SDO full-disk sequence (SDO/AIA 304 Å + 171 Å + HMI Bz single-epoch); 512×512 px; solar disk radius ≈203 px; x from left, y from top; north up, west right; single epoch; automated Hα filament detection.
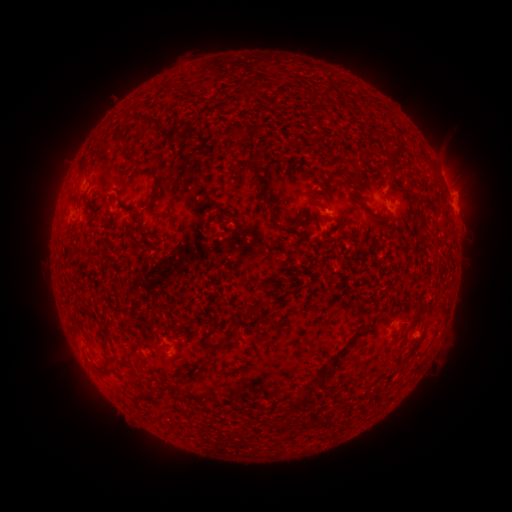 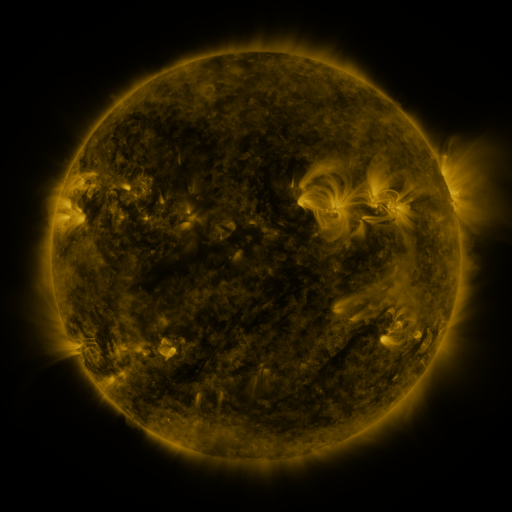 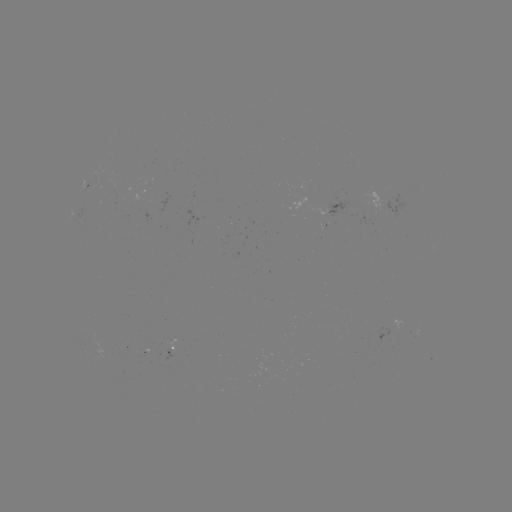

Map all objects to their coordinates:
filament: (139, 113, 162, 124)
filament: (115, 130, 130, 145)
filament: (245, 148, 266, 160)
filament: (249, 159, 294, 228)
filament: (387, 162, 395, 172)
filament: (127, 177, 162, 213)
filament: (352, 178, 363, 190)
filament: (413, 209, 426, 233)
filament: (345, 219, 357, 228)
filament: (250, 300, 271, 312)
filament: (200, 358, 210, 368)
filament: (313, 365, 335, 387)
filament: (298, 419, 306, 429)
